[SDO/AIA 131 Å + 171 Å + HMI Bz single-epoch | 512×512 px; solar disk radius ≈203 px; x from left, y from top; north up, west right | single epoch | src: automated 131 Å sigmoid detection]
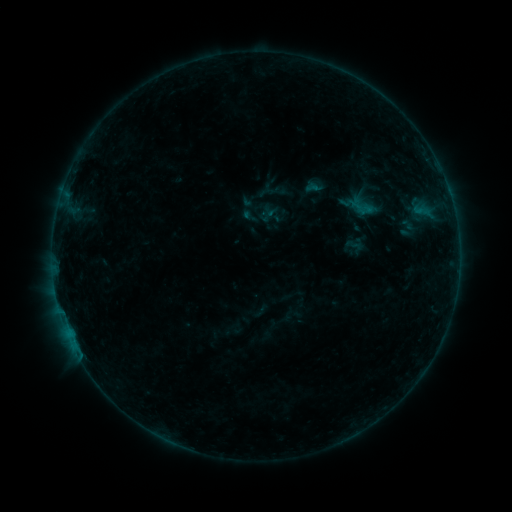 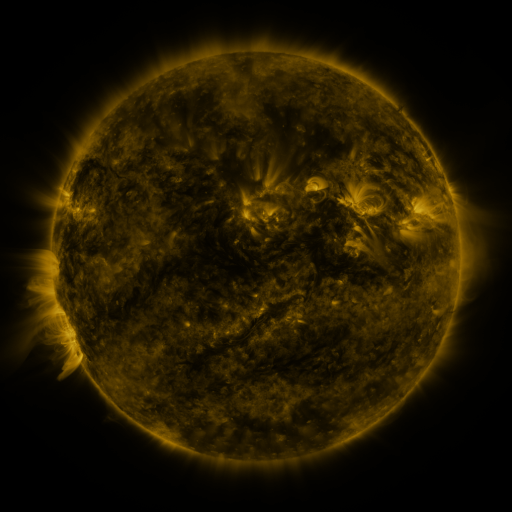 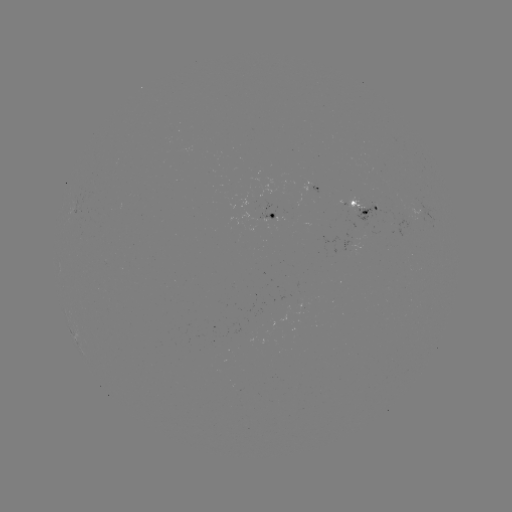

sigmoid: [355, 196, 376, 218]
